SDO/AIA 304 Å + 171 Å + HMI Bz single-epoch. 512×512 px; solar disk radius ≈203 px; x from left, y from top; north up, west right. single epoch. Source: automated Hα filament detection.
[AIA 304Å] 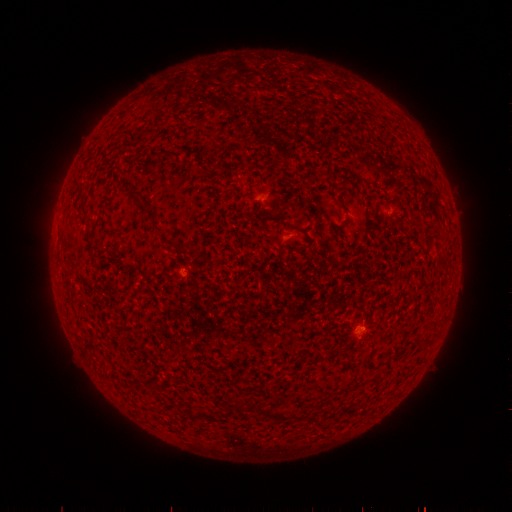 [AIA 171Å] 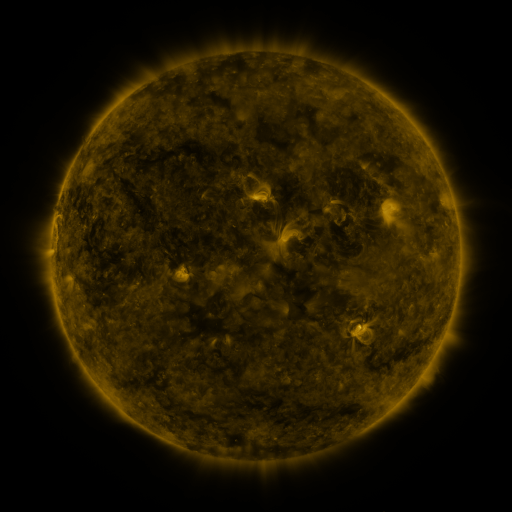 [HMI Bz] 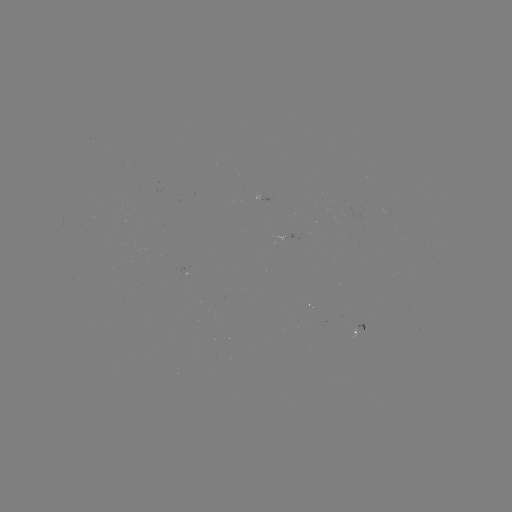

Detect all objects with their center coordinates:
filament: (339, 383, 348, 389)
filament: (296, 397, 306, 403)
filament: (275, 403, 283, 409)
